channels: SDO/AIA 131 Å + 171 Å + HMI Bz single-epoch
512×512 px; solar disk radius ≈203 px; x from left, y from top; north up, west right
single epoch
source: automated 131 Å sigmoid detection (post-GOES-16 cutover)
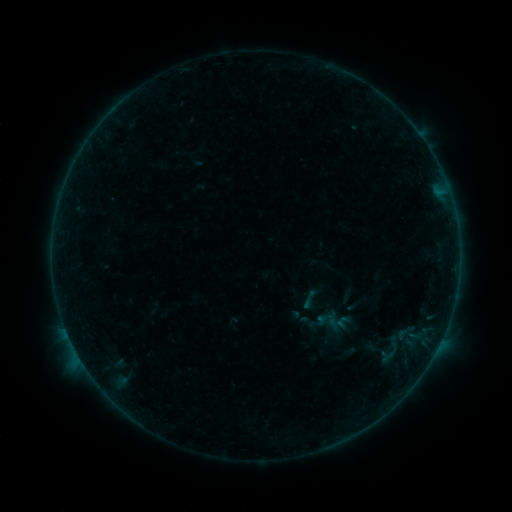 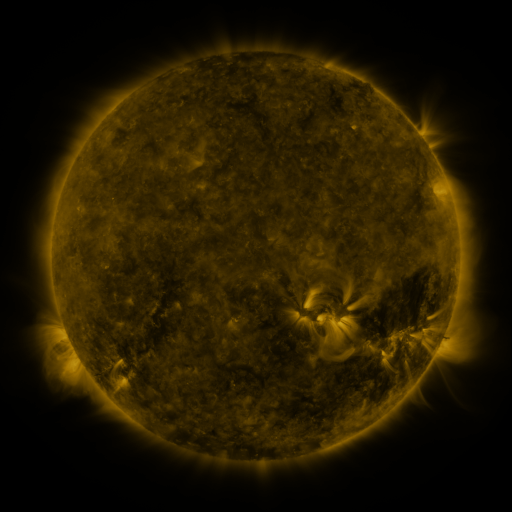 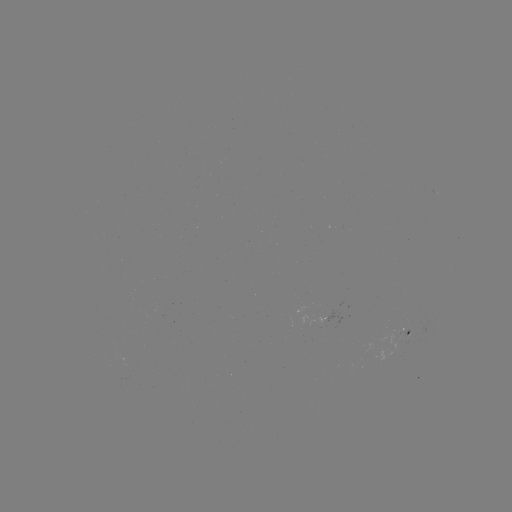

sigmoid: [325, 310, 346, 332]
